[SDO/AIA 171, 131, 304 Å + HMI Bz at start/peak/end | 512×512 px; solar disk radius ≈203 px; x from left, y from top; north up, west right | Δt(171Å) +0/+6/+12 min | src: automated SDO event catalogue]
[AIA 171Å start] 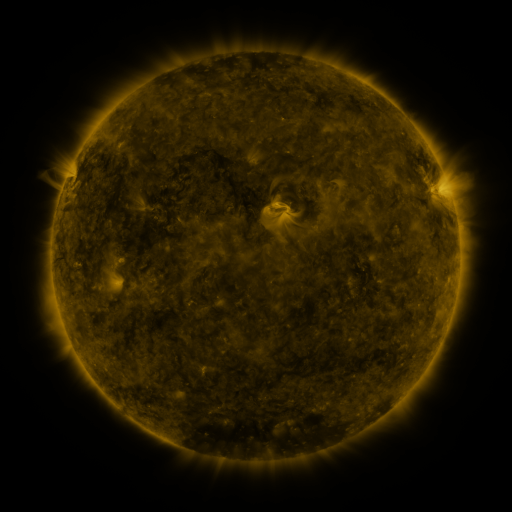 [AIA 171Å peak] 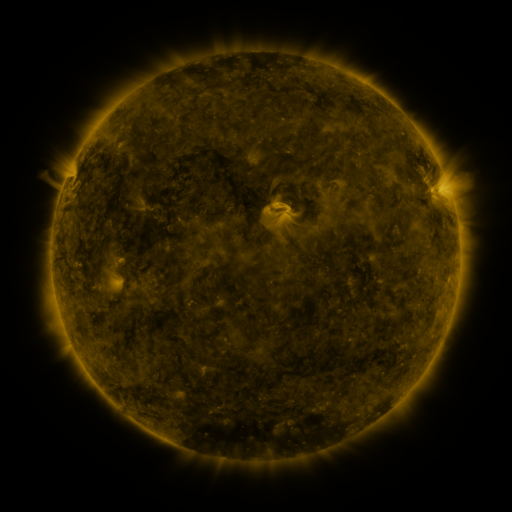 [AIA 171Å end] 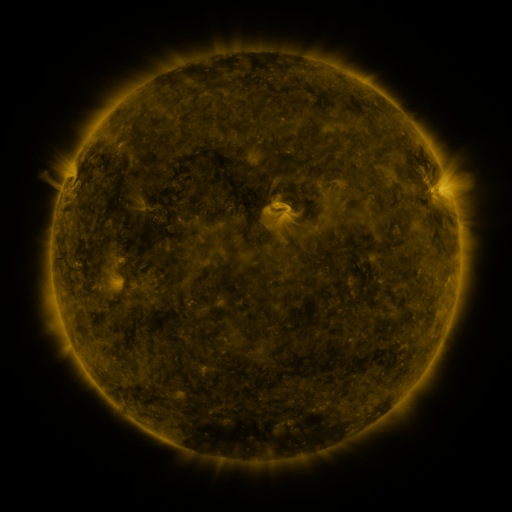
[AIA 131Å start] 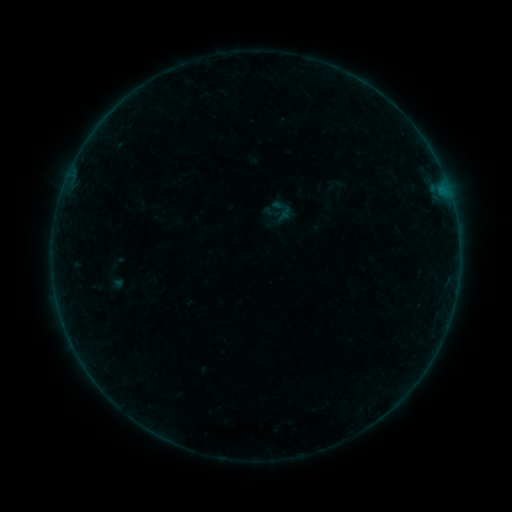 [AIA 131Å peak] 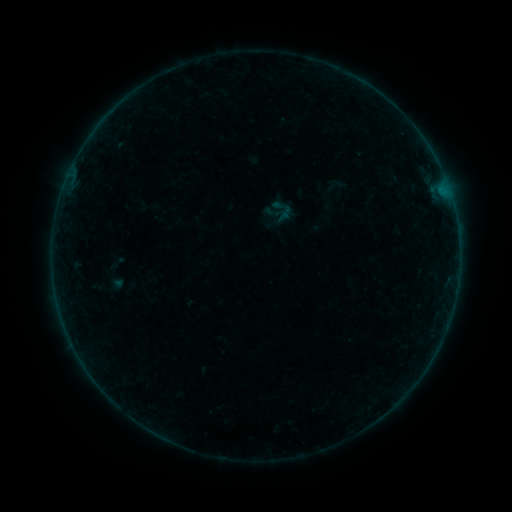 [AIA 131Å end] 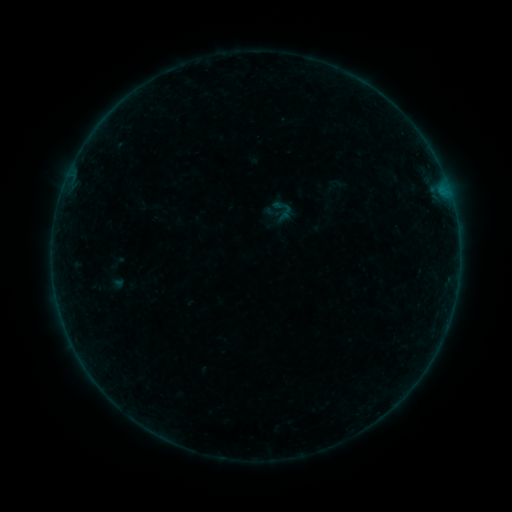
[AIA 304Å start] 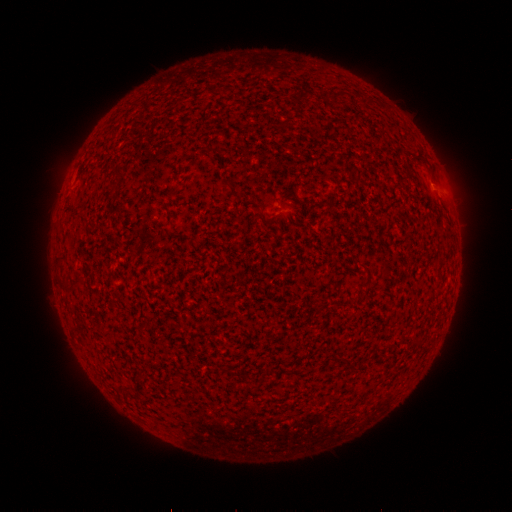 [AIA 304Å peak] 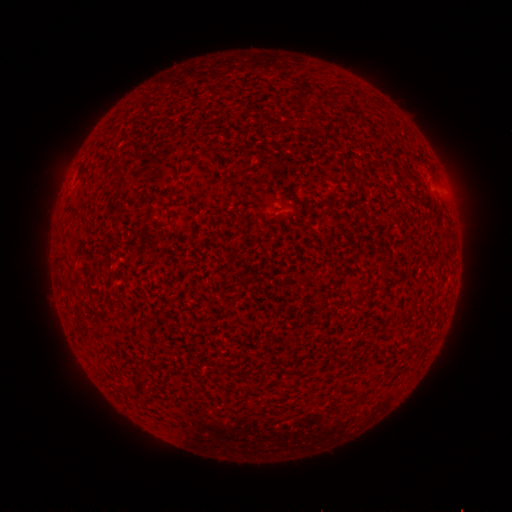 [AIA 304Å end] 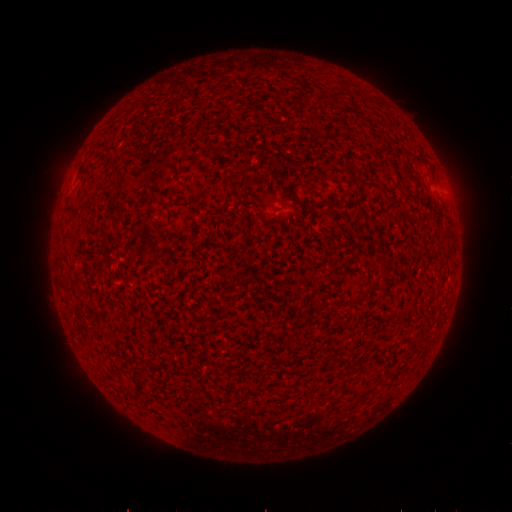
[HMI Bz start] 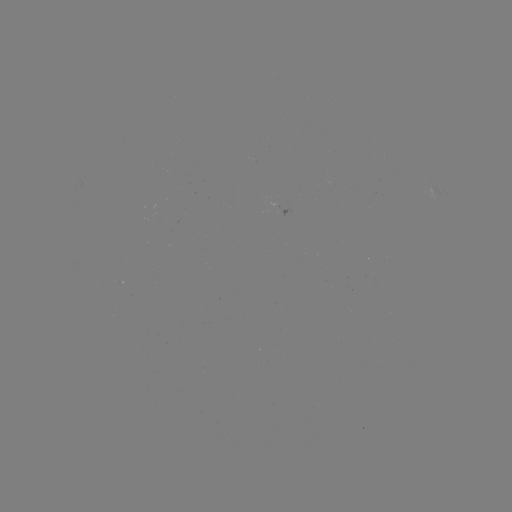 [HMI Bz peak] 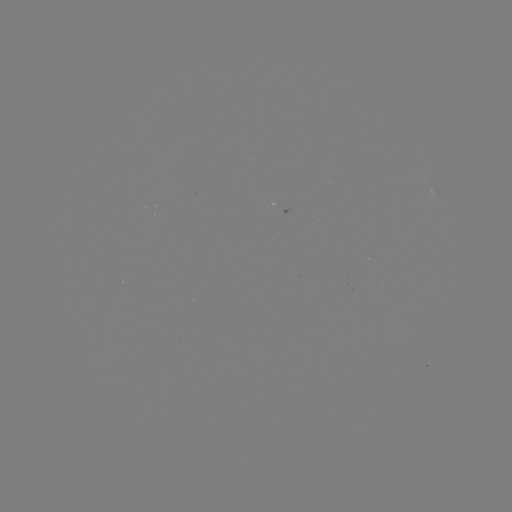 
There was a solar flare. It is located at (443, 199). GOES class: B1.8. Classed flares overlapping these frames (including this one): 1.